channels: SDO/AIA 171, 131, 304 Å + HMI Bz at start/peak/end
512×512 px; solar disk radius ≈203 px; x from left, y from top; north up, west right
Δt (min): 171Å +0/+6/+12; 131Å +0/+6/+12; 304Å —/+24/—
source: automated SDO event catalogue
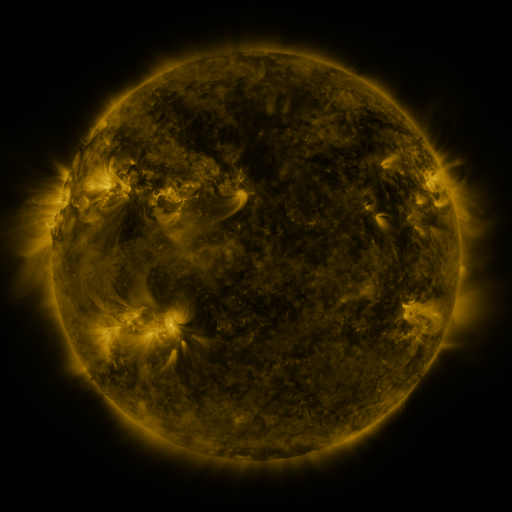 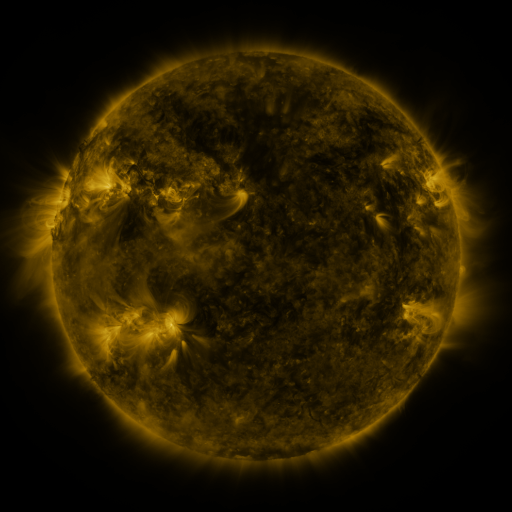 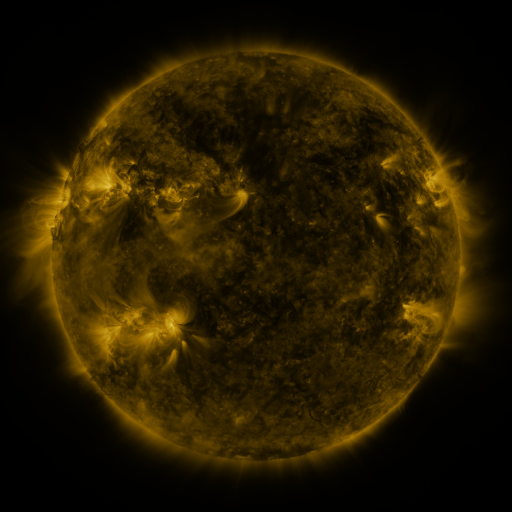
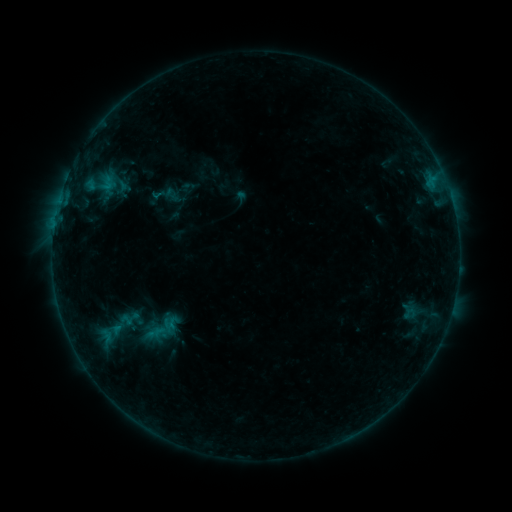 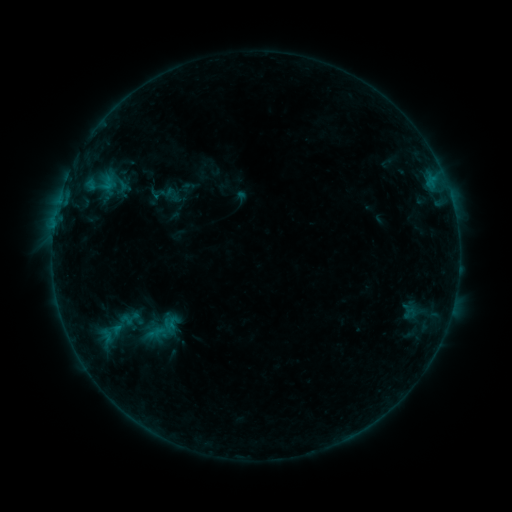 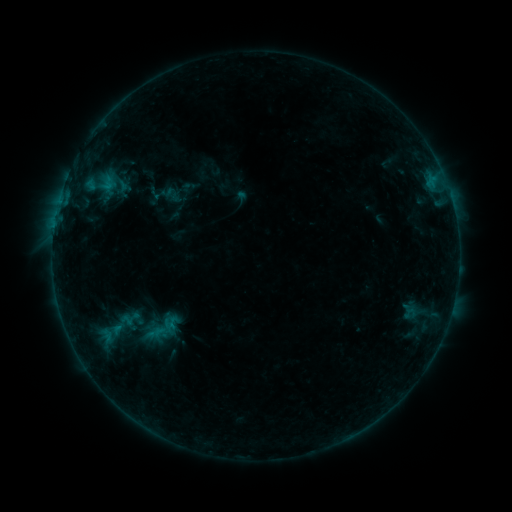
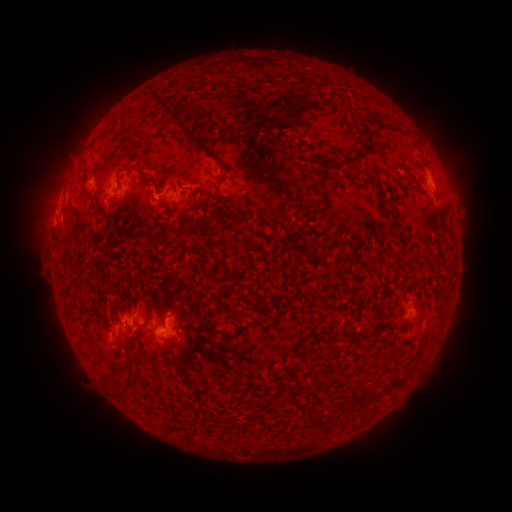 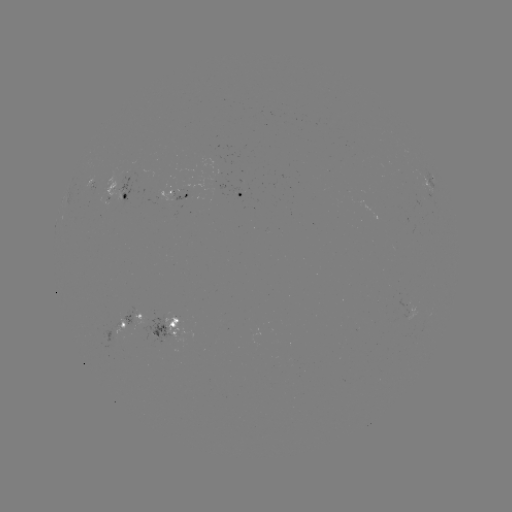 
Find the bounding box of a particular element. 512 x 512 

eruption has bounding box [86, 100, 449, 403].